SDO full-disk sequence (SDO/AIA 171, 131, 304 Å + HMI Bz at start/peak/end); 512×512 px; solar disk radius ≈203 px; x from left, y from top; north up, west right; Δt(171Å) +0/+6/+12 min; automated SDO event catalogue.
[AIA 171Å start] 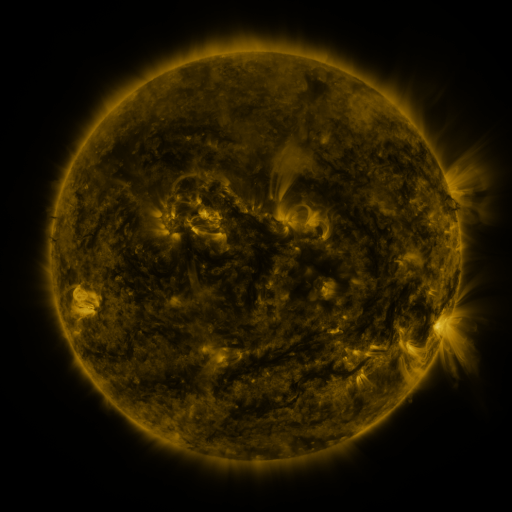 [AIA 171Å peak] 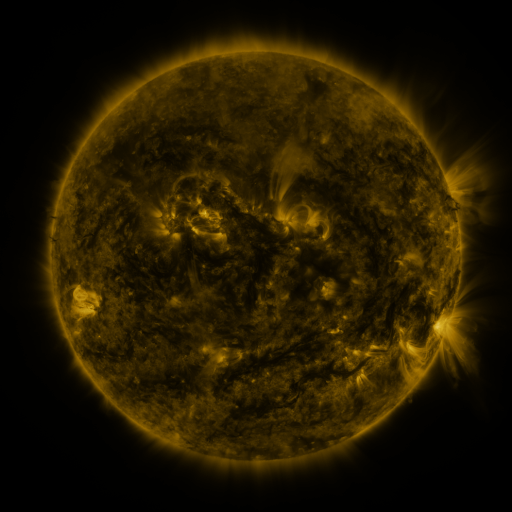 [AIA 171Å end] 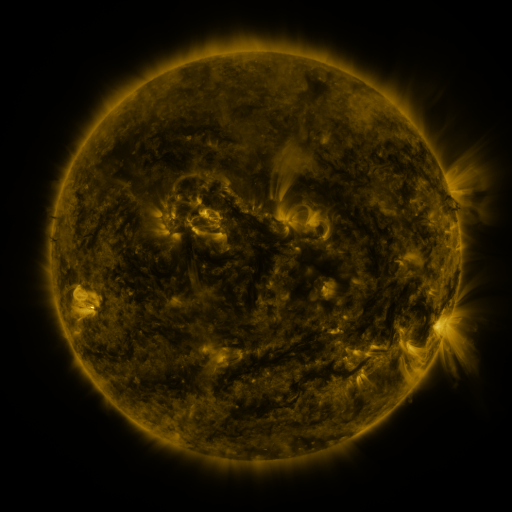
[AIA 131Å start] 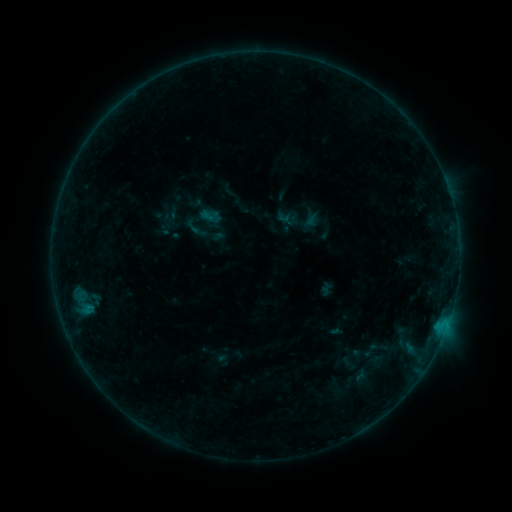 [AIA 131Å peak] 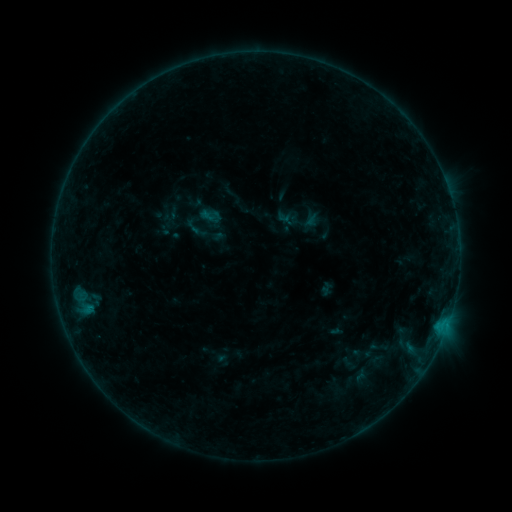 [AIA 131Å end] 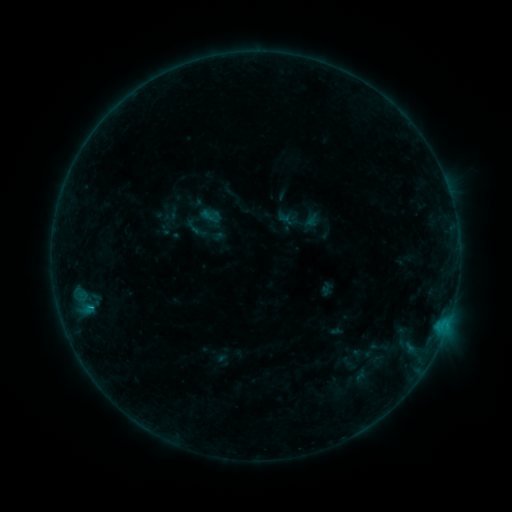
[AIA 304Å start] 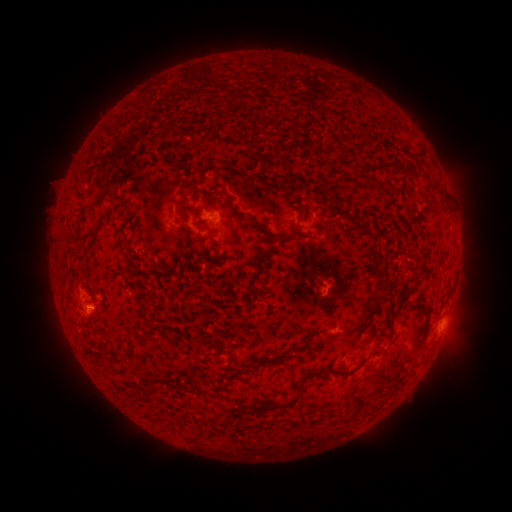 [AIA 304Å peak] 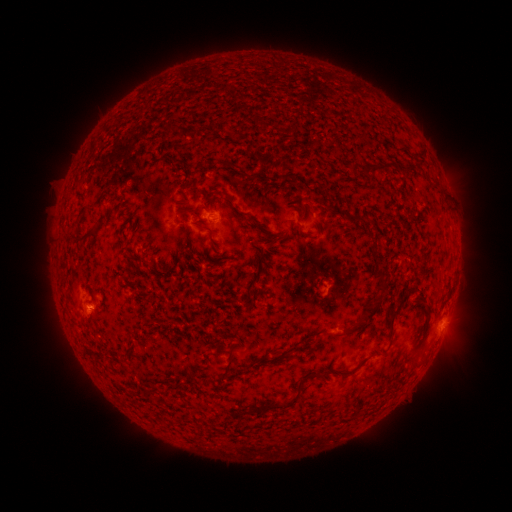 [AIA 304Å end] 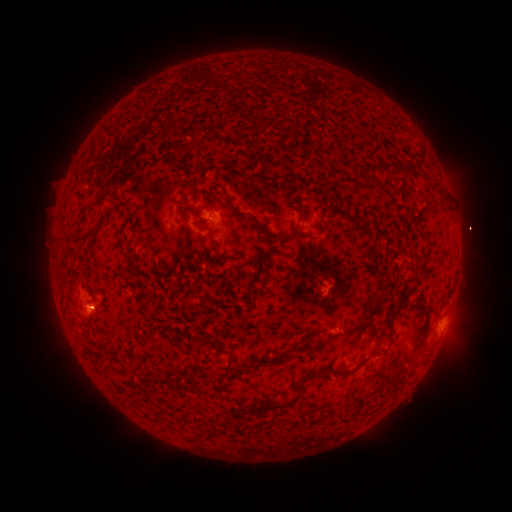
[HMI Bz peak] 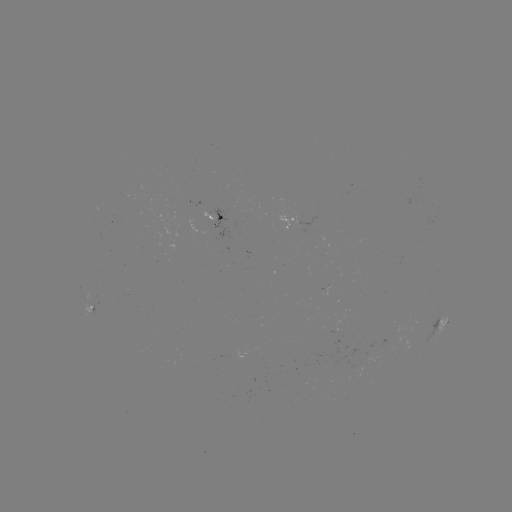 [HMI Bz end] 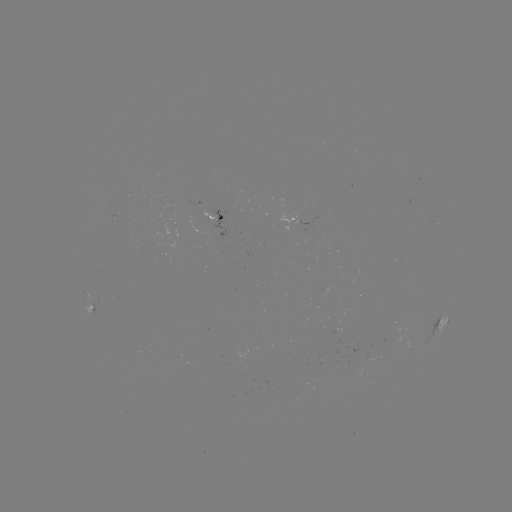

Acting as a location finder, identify B4.1 flare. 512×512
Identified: [91, 304].